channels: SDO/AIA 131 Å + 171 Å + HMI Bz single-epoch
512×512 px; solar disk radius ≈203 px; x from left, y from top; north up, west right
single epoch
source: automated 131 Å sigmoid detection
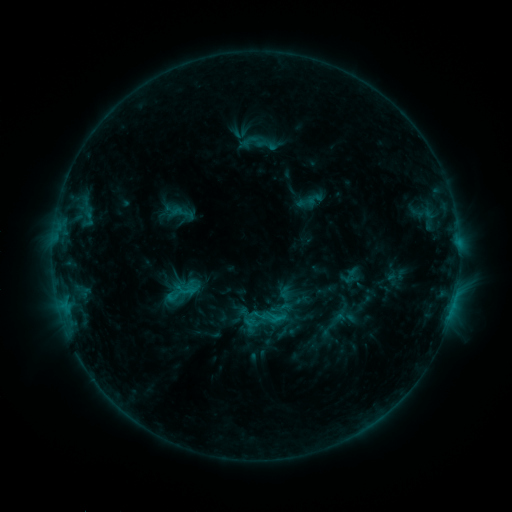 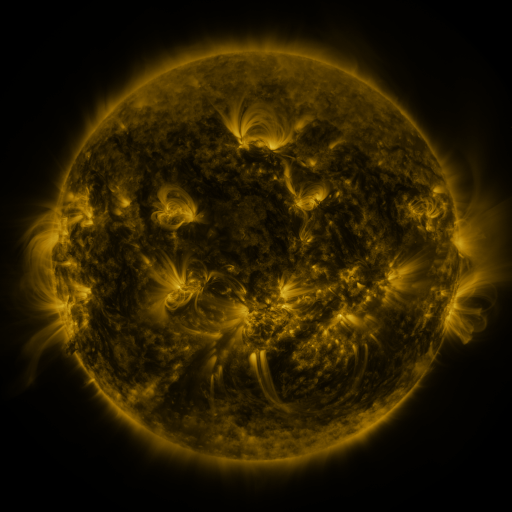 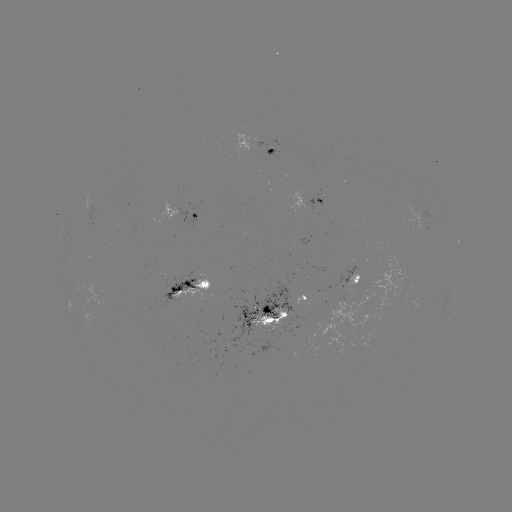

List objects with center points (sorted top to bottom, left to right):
sigmoid: (188, 291)
sigmoid: (241, 312)
sigmoid: (264, 316)
